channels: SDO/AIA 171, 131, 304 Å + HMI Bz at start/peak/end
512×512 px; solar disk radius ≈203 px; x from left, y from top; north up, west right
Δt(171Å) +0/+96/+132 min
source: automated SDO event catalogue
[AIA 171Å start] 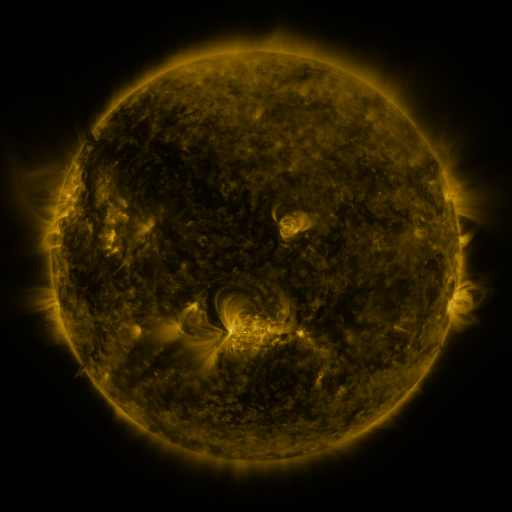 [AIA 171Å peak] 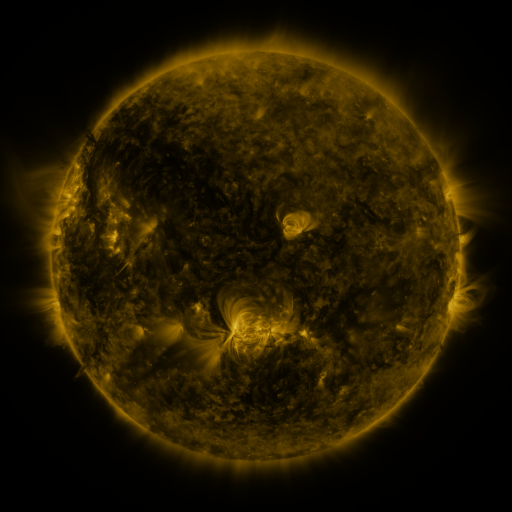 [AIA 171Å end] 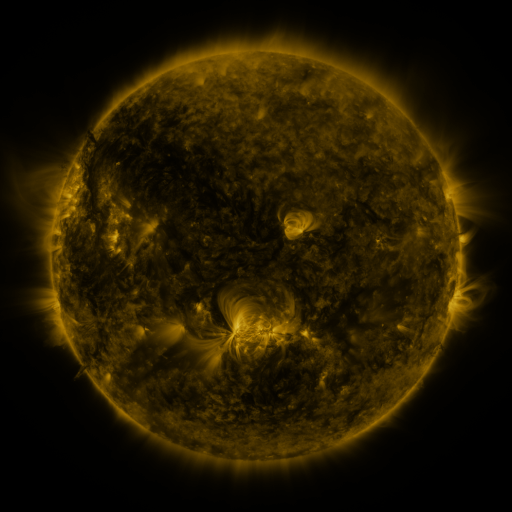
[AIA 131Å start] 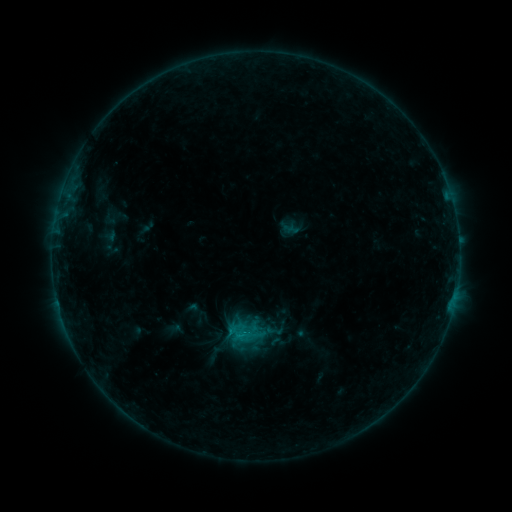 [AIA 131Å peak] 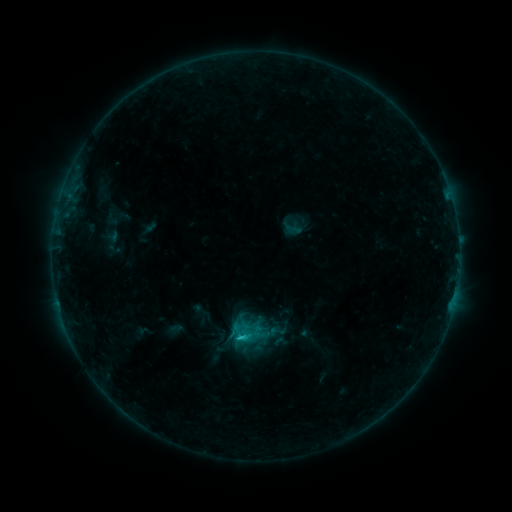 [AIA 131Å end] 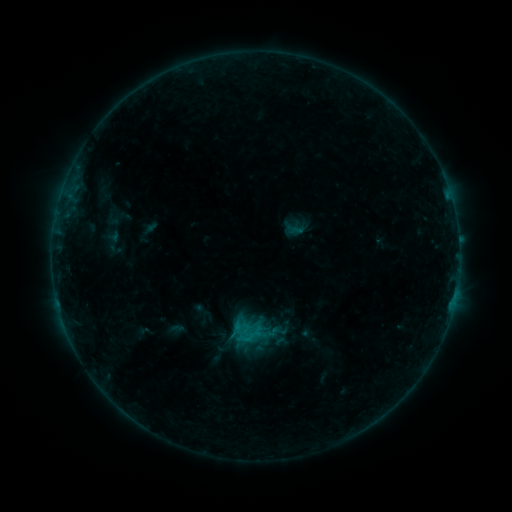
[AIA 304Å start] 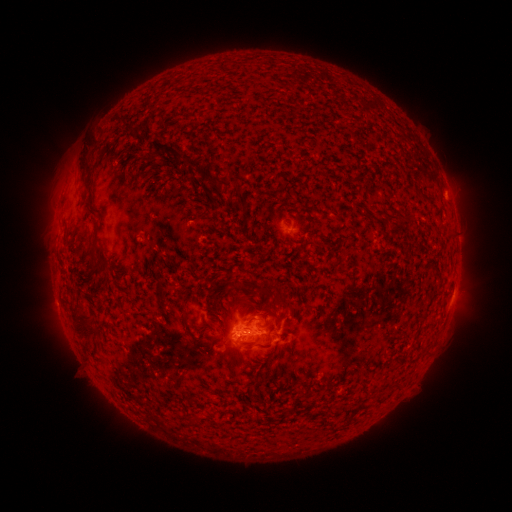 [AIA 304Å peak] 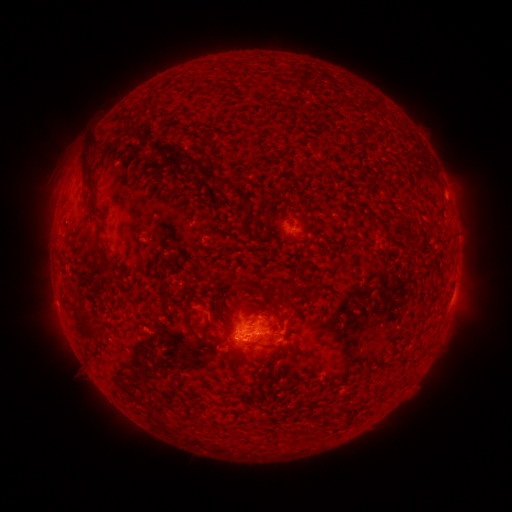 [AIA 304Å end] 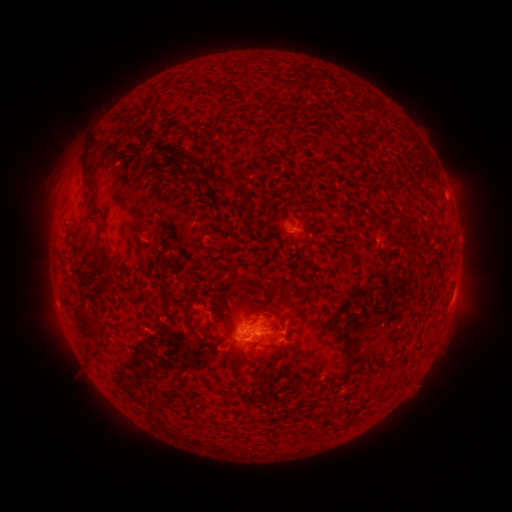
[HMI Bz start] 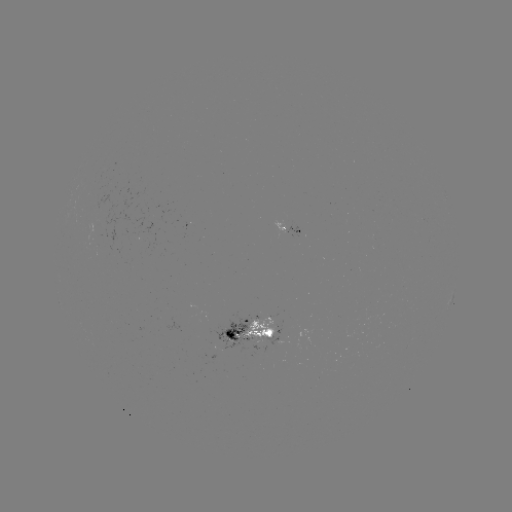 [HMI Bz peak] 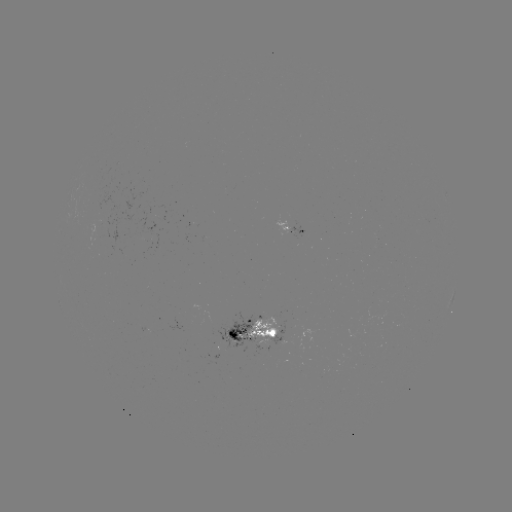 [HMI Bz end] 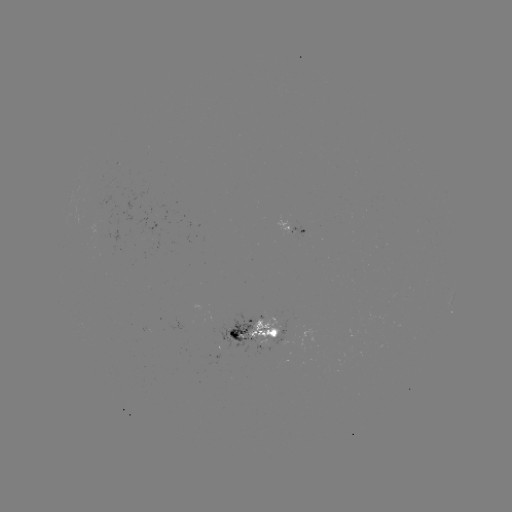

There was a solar emerging-flux region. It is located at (146, 329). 